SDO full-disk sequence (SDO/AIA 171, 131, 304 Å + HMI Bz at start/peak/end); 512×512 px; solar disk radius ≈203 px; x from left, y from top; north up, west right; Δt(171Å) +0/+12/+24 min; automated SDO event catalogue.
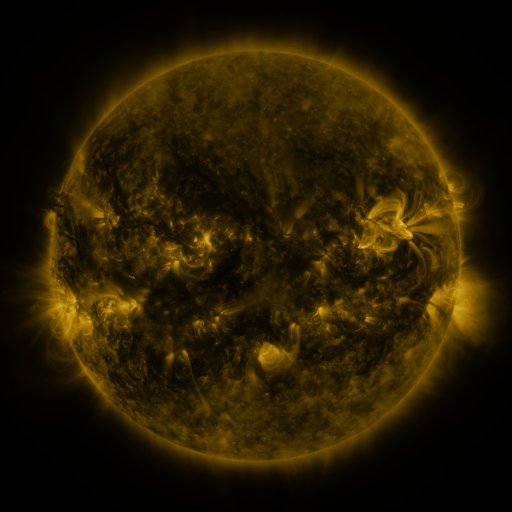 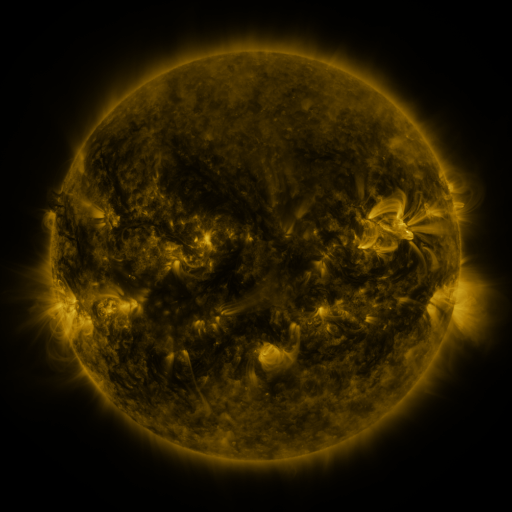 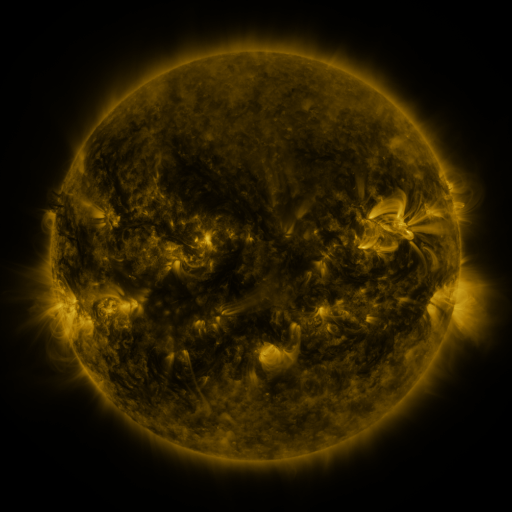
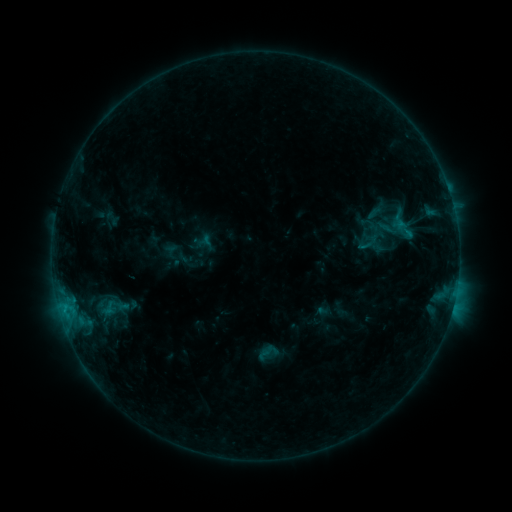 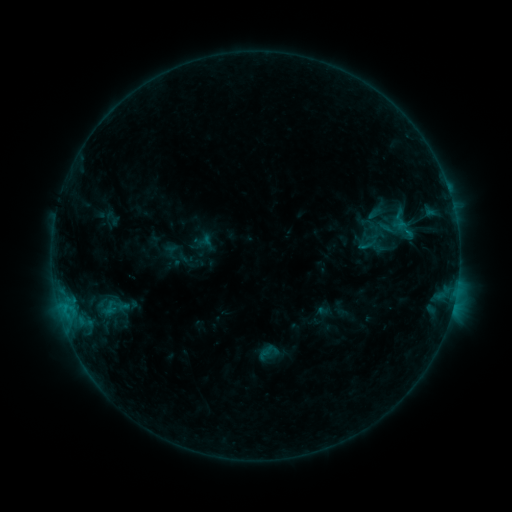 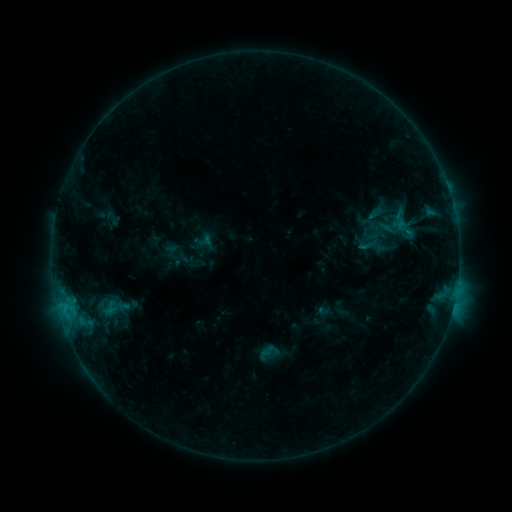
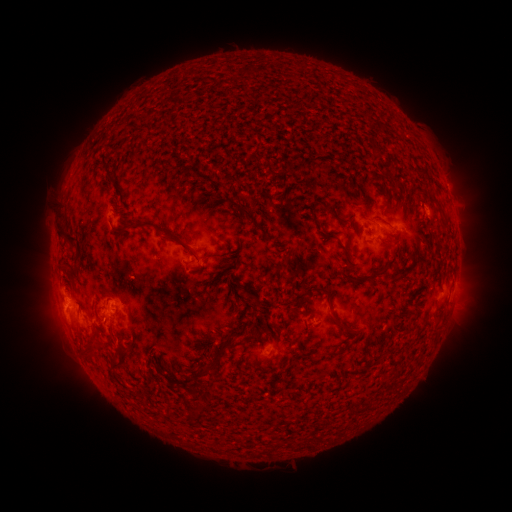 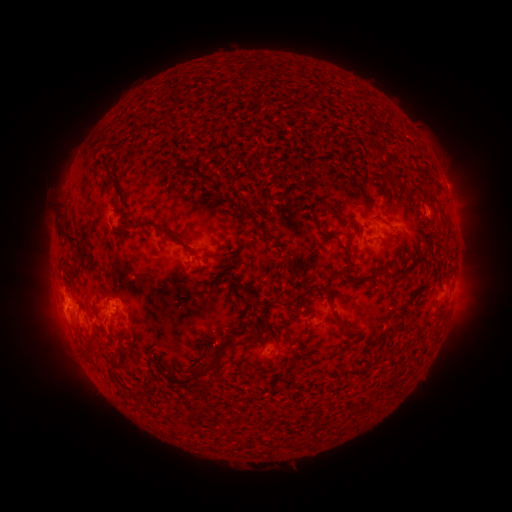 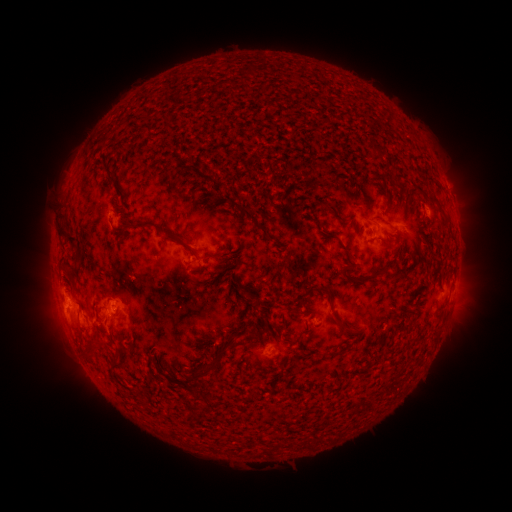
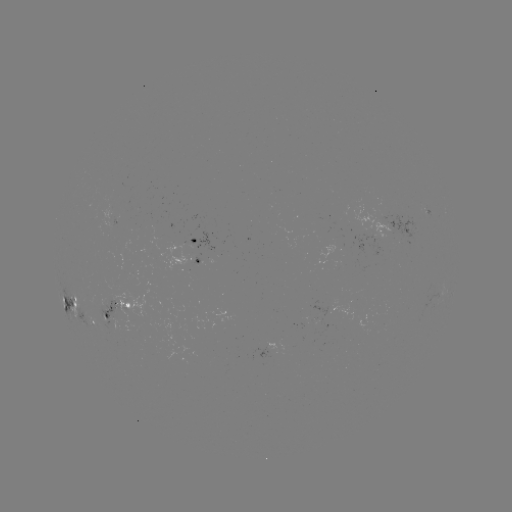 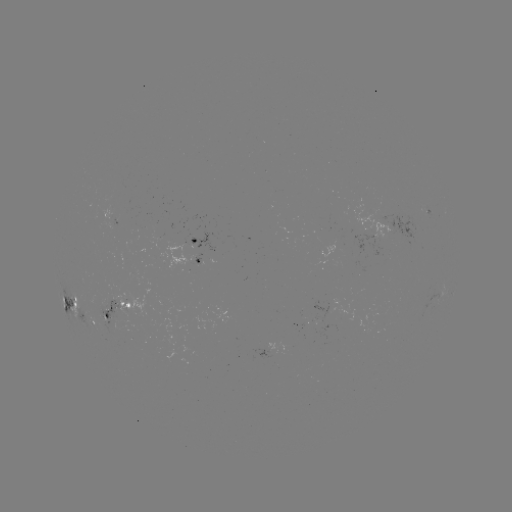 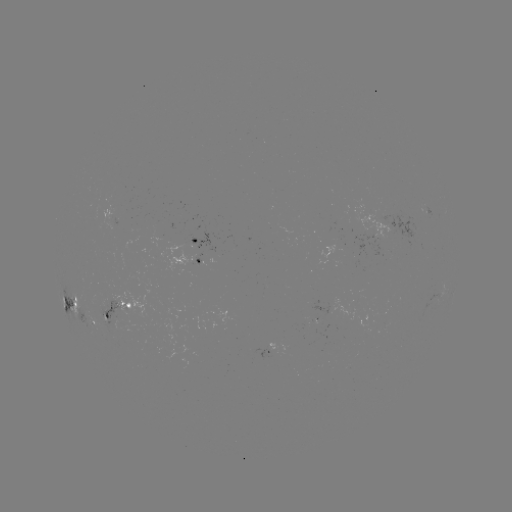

nothing was catalogued: no classed flare, no EUV trigger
